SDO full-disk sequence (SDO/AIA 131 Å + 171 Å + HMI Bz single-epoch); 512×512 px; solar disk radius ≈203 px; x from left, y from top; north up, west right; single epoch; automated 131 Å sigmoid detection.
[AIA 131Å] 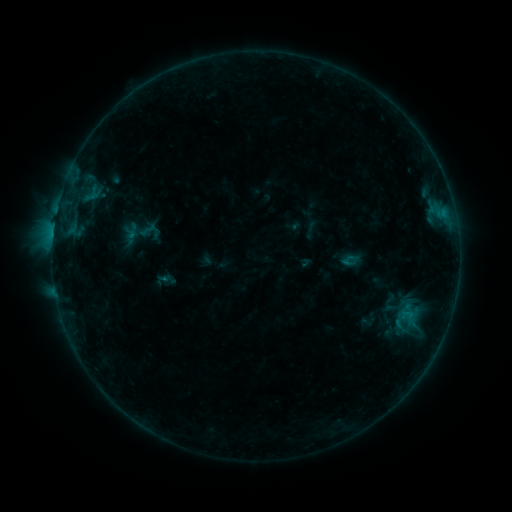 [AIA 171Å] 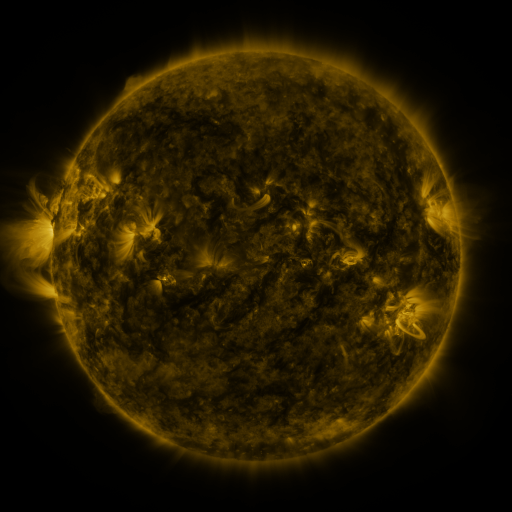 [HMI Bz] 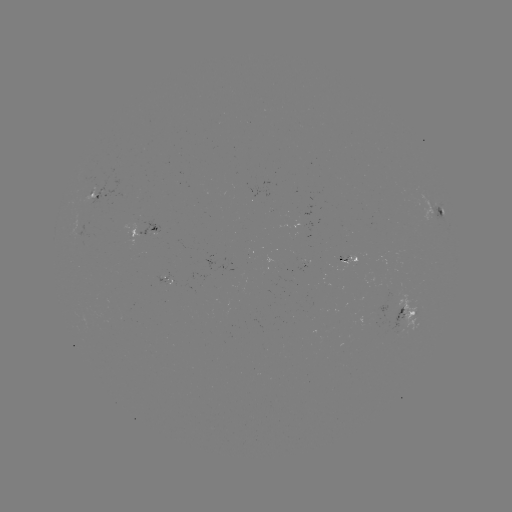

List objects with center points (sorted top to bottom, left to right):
sigmoid: (340, 251, 359, 271)
